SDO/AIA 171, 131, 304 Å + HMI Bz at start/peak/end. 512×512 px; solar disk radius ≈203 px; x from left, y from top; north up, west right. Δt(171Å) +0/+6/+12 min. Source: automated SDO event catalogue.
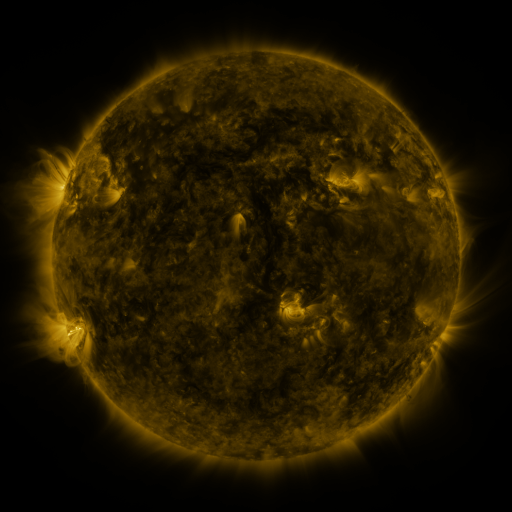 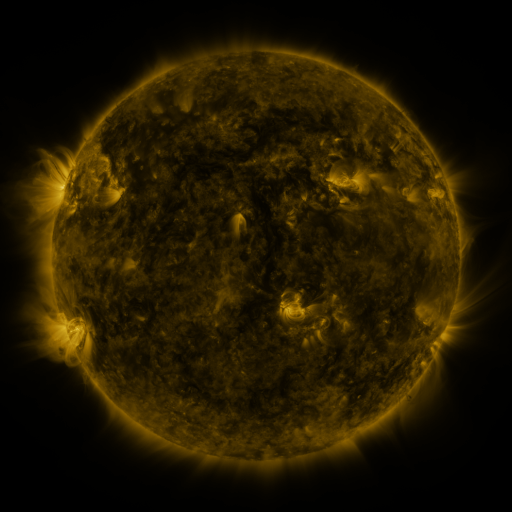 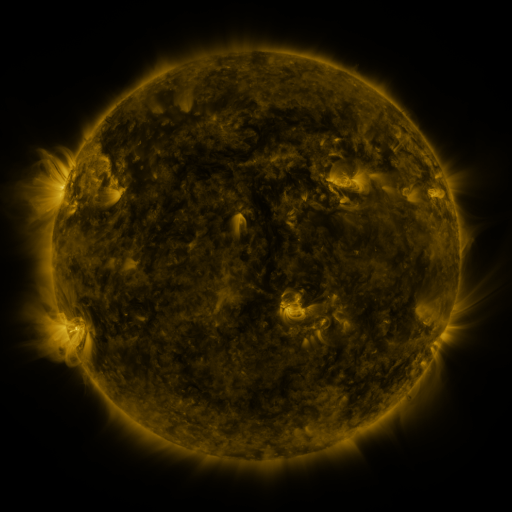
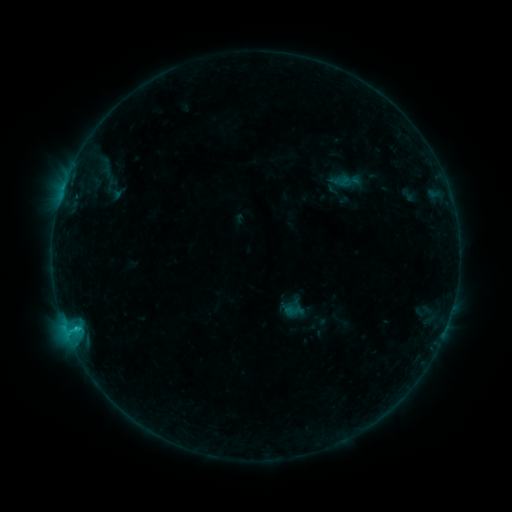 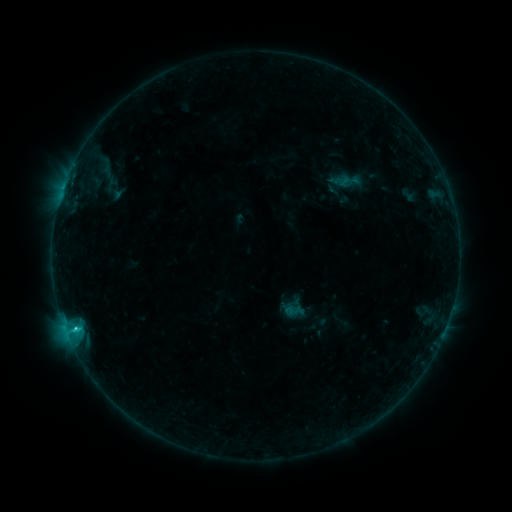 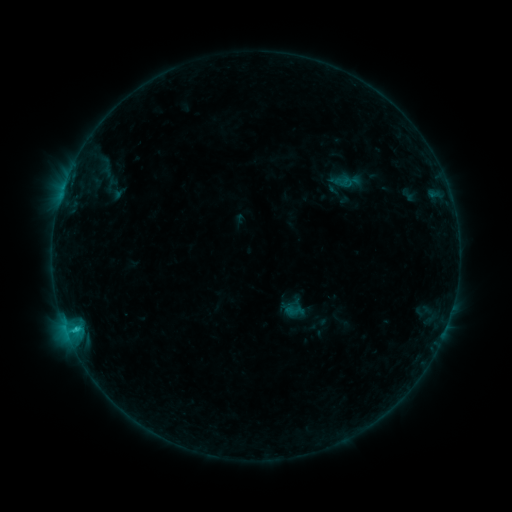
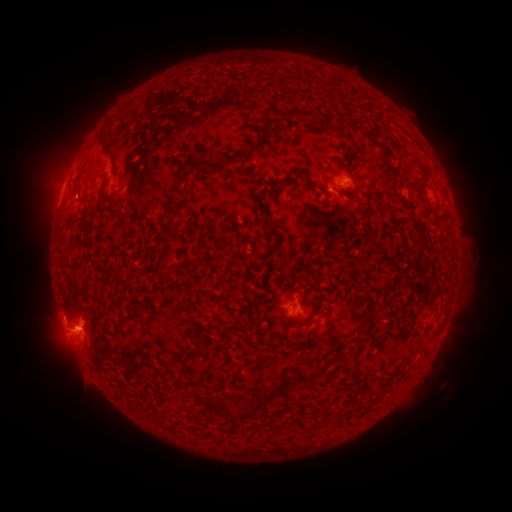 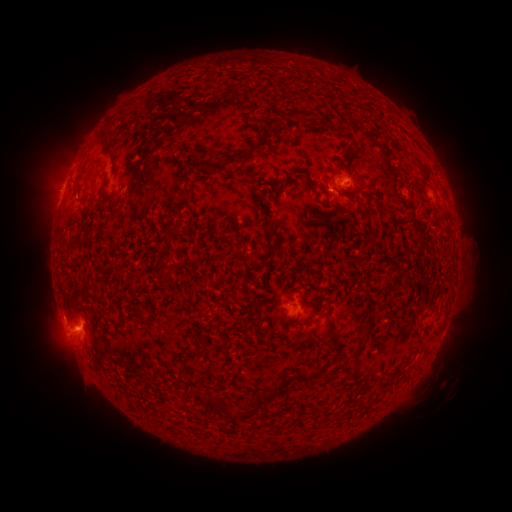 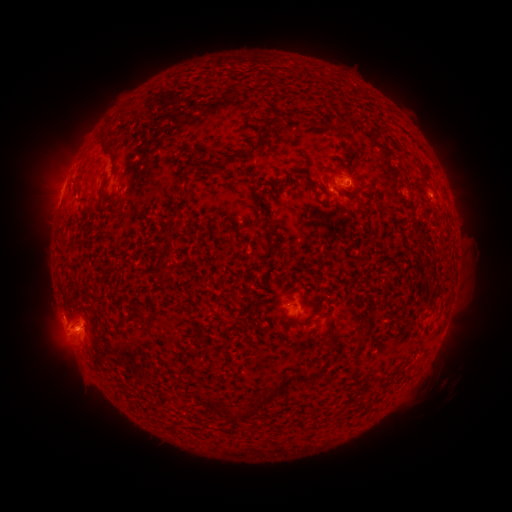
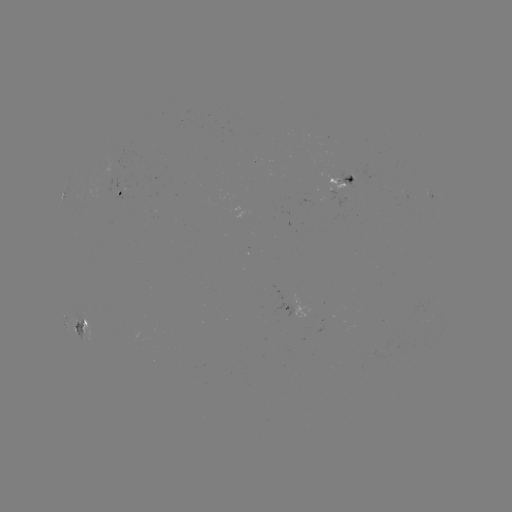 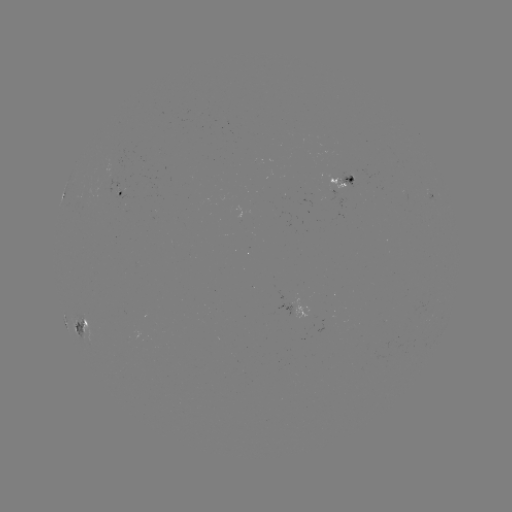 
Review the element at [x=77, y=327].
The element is C1.4 flare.